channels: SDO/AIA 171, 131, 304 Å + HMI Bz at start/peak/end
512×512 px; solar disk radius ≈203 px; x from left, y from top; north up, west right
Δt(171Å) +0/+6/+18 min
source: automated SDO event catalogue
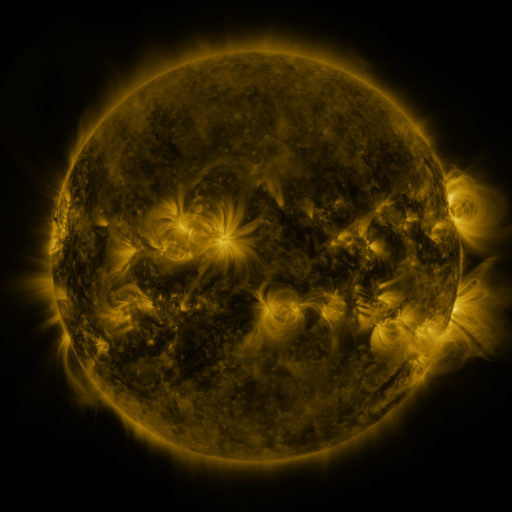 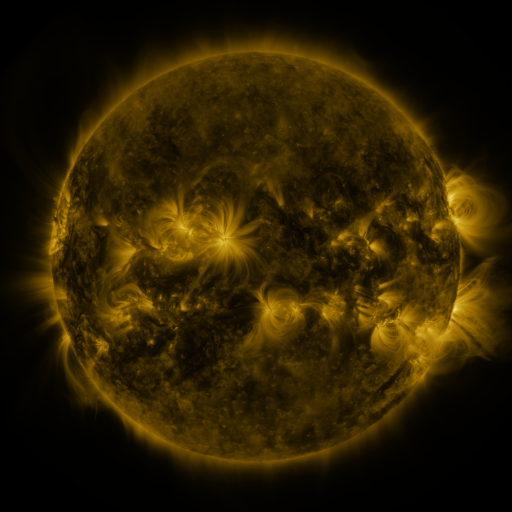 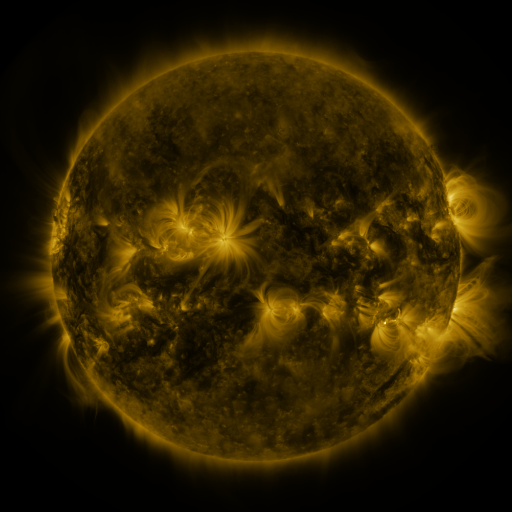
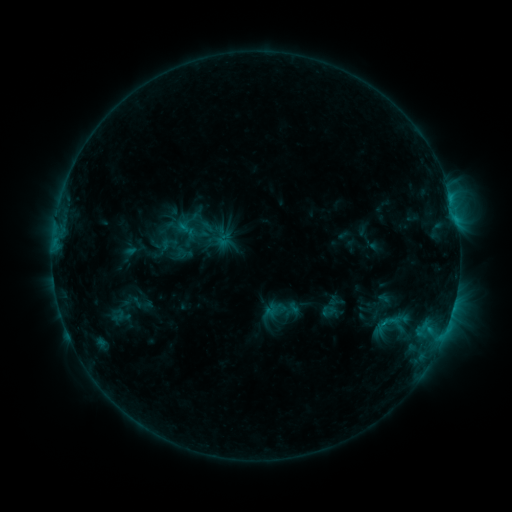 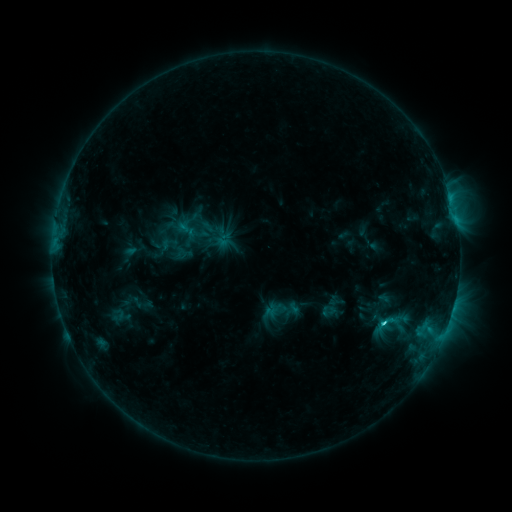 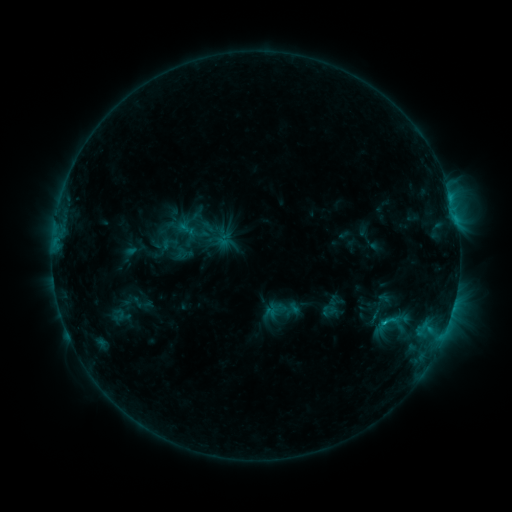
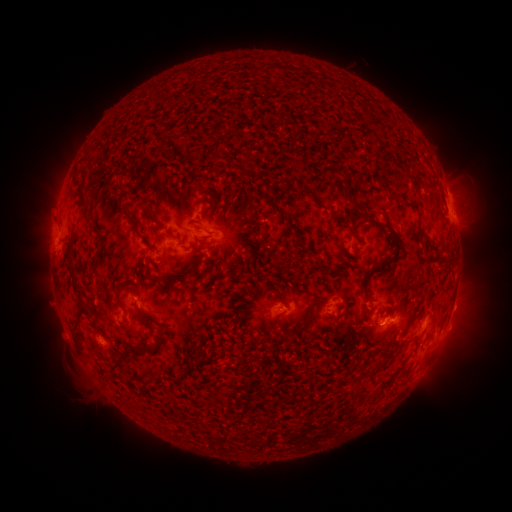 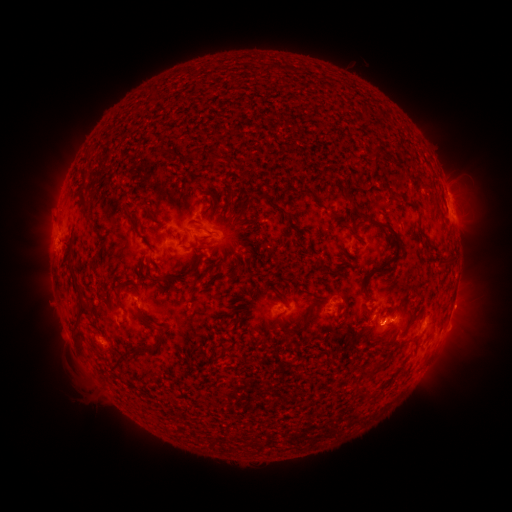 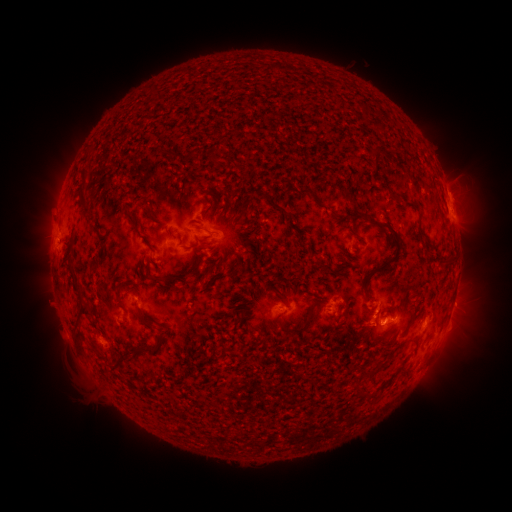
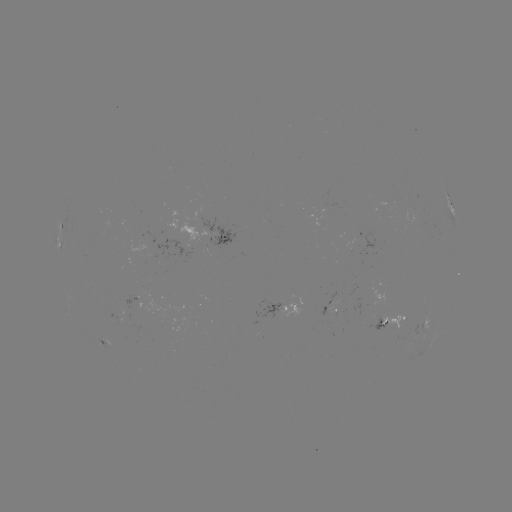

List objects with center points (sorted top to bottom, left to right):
C1.4 flare: (383, 320)
